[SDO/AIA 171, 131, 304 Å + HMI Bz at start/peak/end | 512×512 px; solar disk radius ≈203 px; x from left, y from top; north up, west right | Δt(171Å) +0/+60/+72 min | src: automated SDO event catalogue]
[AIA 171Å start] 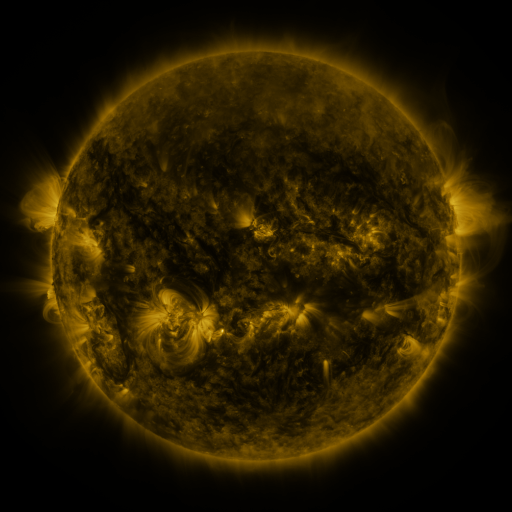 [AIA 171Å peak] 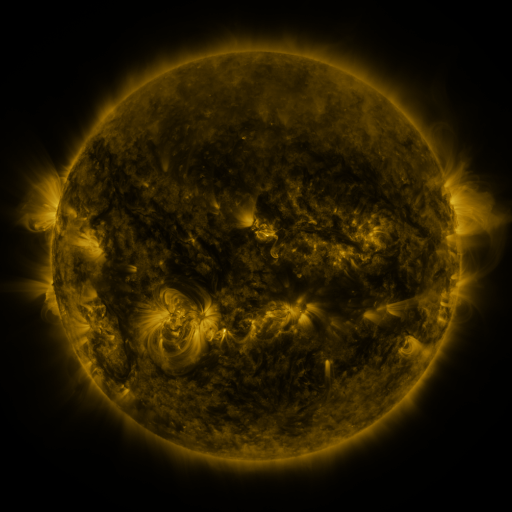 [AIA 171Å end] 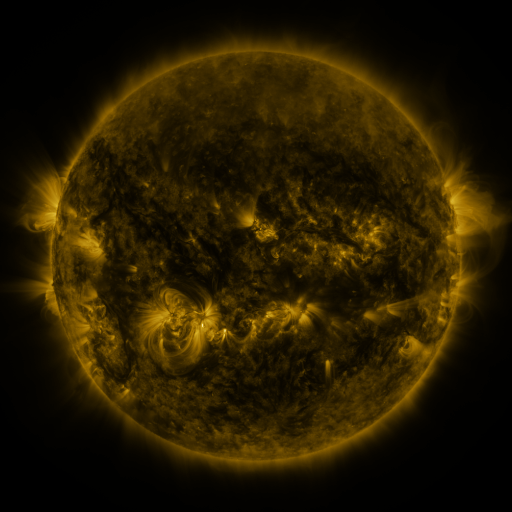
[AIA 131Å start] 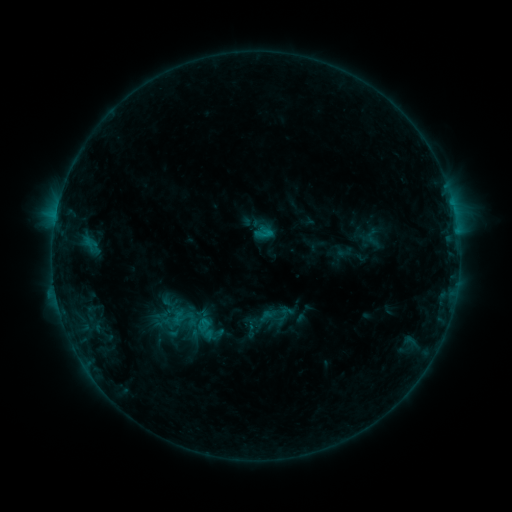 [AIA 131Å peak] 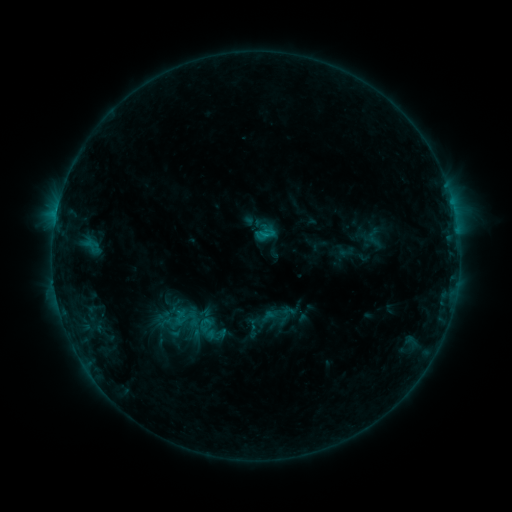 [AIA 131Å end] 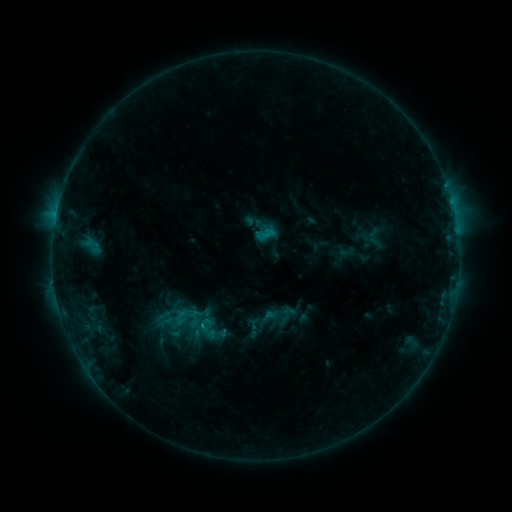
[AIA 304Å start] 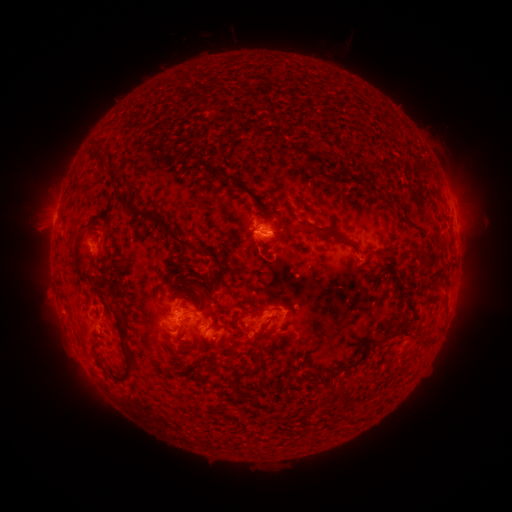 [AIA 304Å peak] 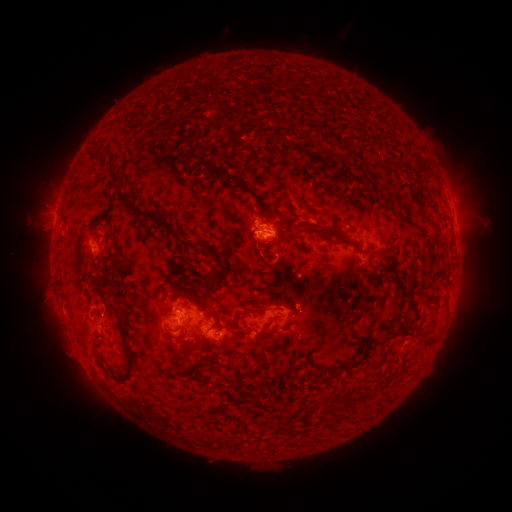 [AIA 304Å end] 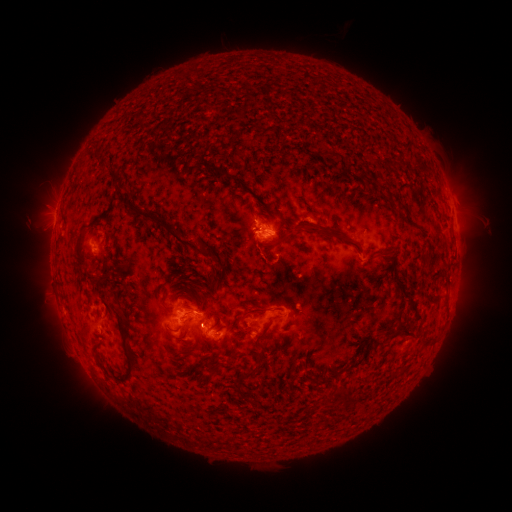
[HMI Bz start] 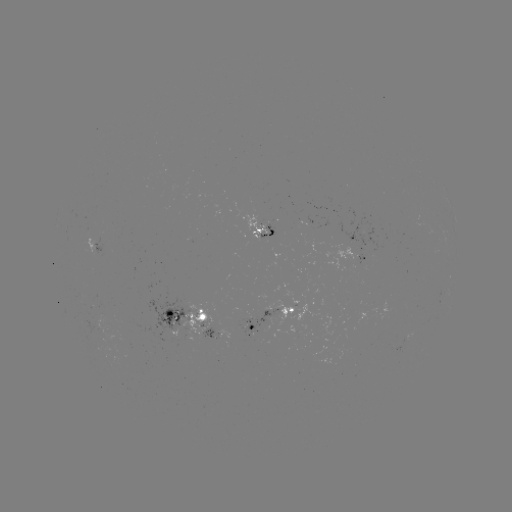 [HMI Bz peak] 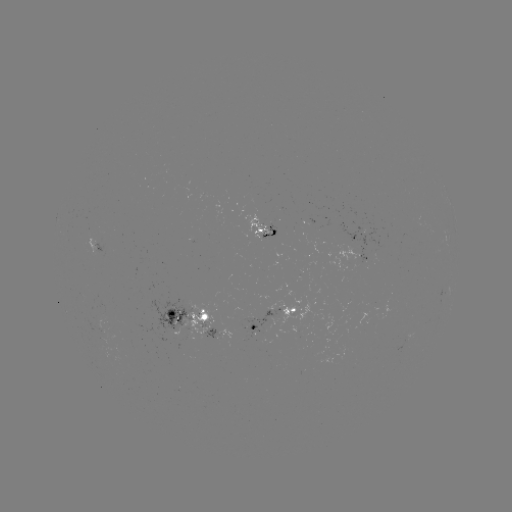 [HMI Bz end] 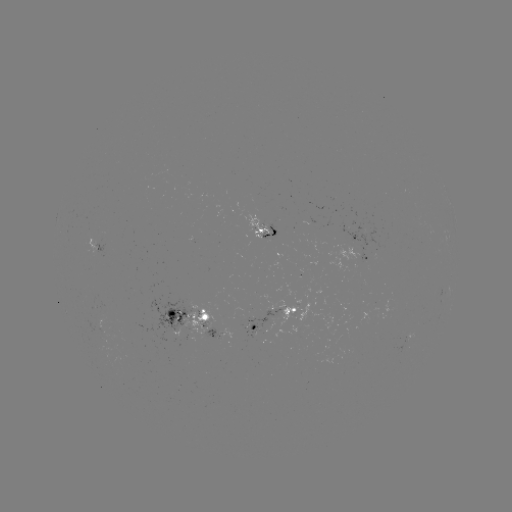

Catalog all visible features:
emerging-flux region: (277, 315)
